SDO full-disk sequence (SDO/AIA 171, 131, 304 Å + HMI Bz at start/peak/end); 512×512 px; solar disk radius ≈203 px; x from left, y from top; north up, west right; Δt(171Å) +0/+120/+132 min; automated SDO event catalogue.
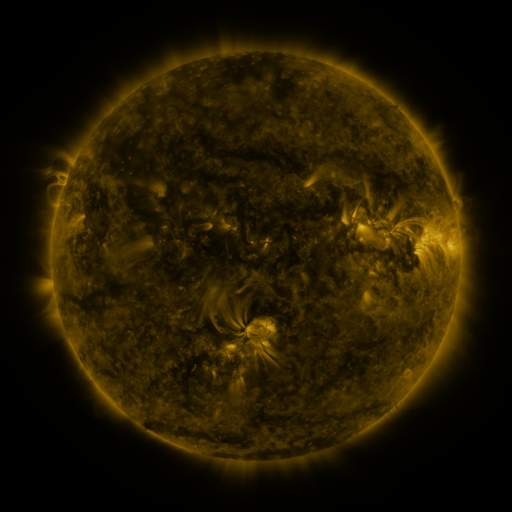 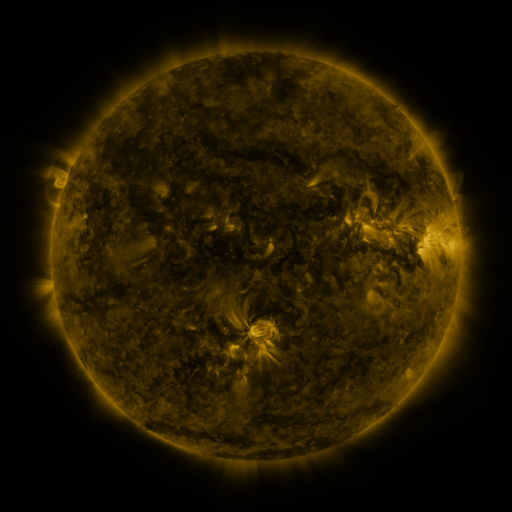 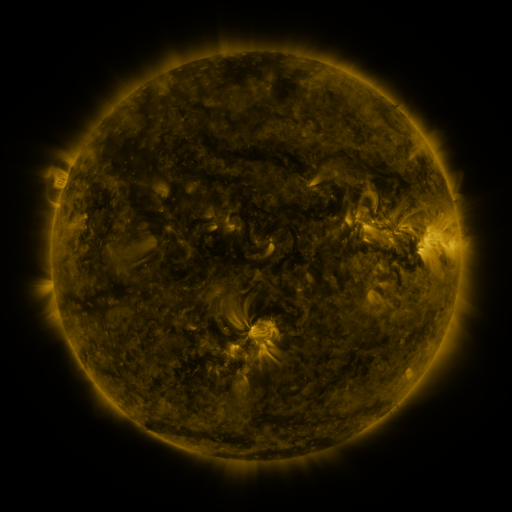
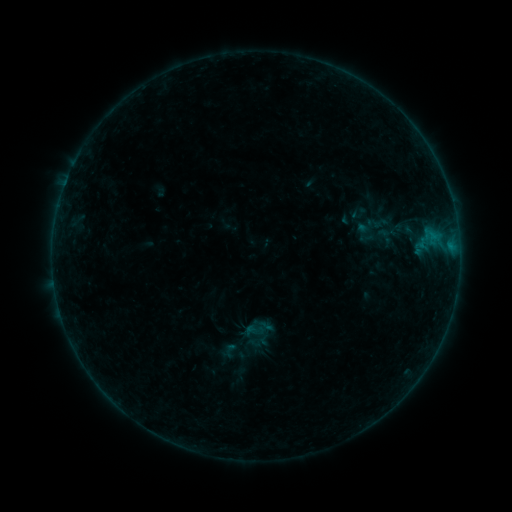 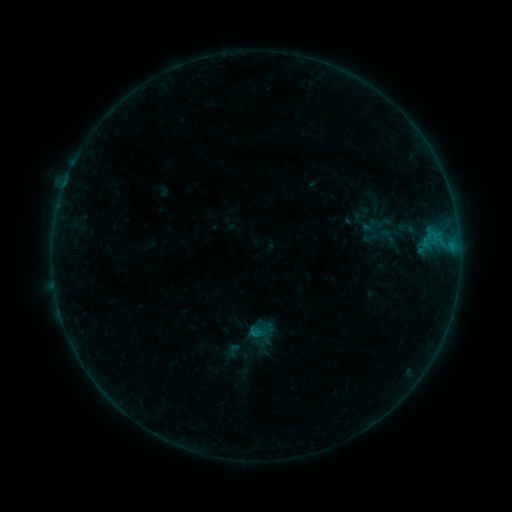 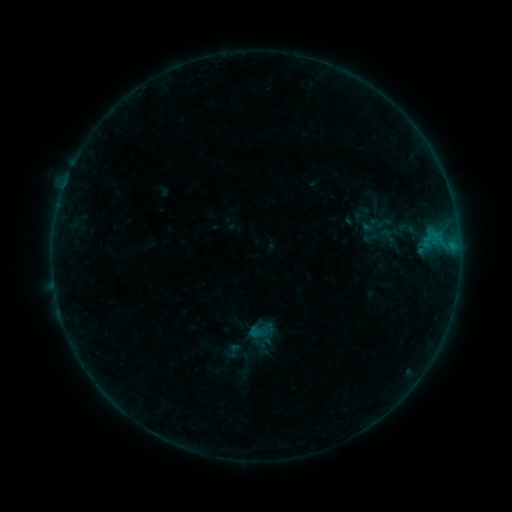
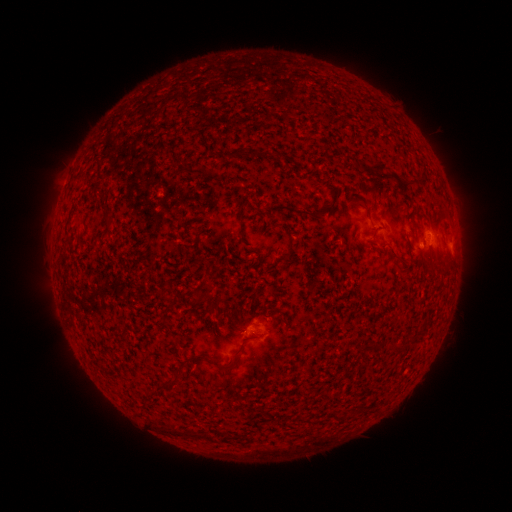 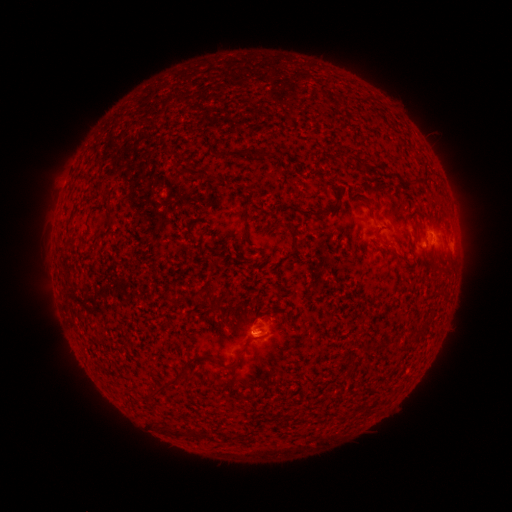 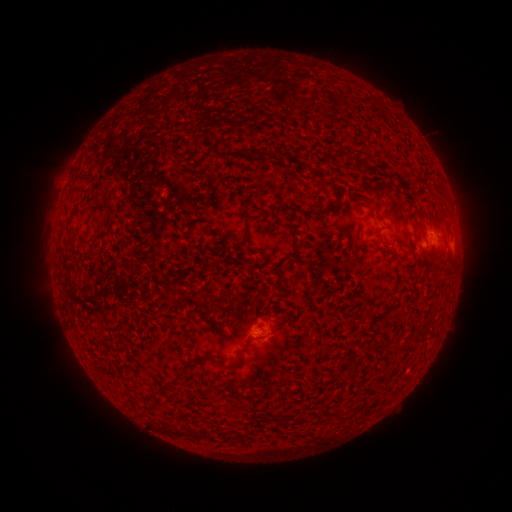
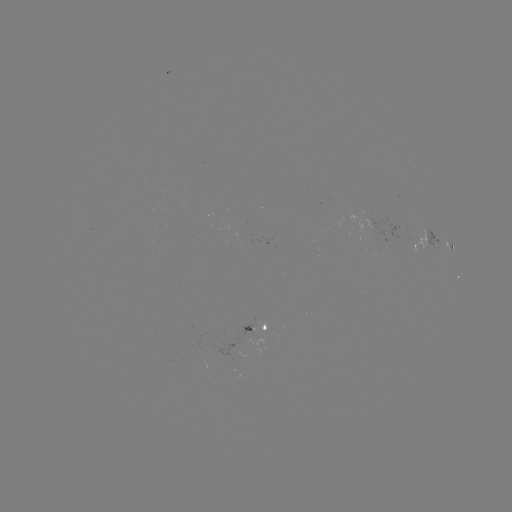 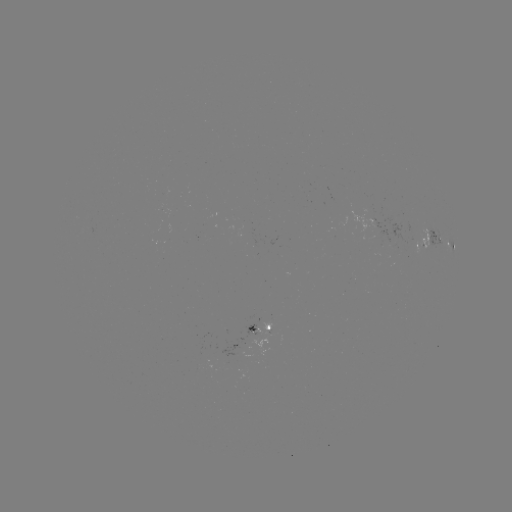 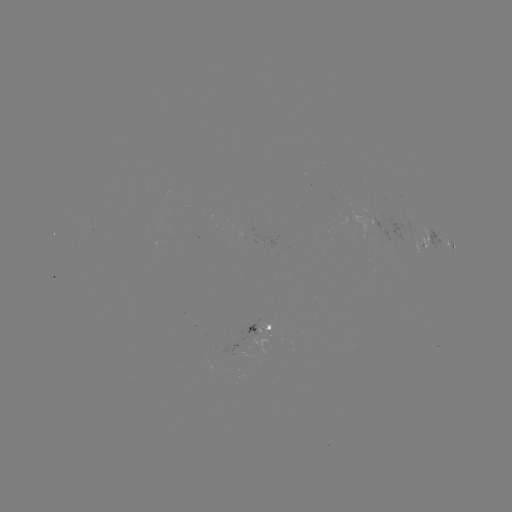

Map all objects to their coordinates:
emerging-flux region: (255, 330)
